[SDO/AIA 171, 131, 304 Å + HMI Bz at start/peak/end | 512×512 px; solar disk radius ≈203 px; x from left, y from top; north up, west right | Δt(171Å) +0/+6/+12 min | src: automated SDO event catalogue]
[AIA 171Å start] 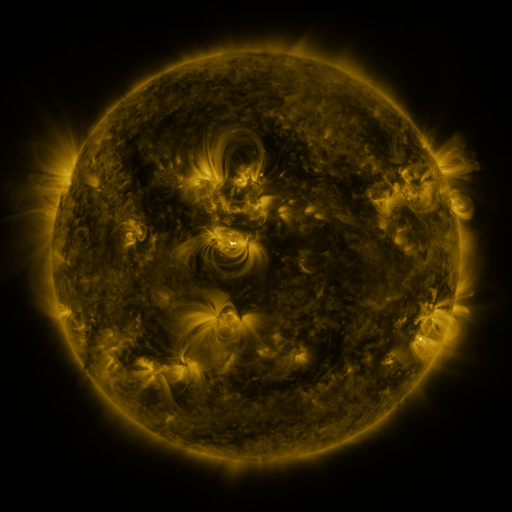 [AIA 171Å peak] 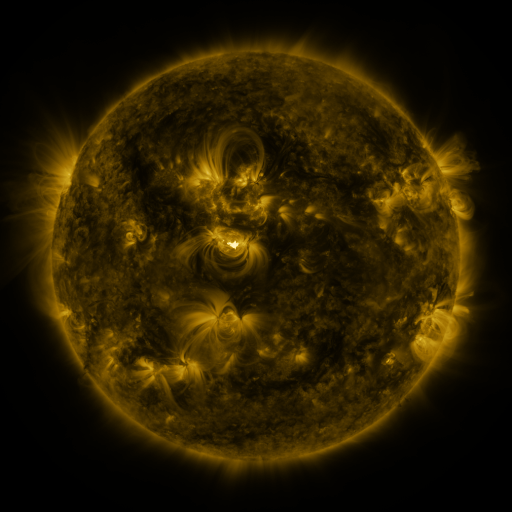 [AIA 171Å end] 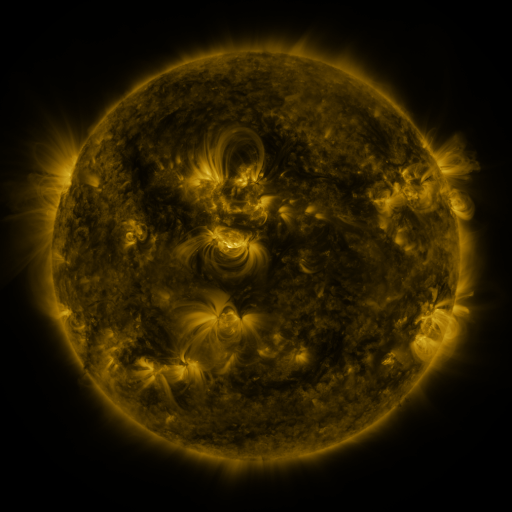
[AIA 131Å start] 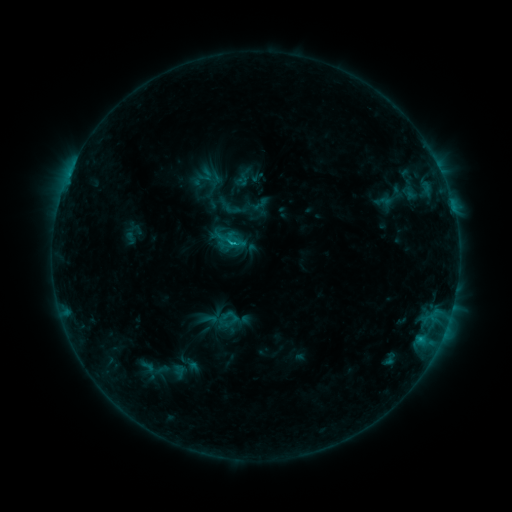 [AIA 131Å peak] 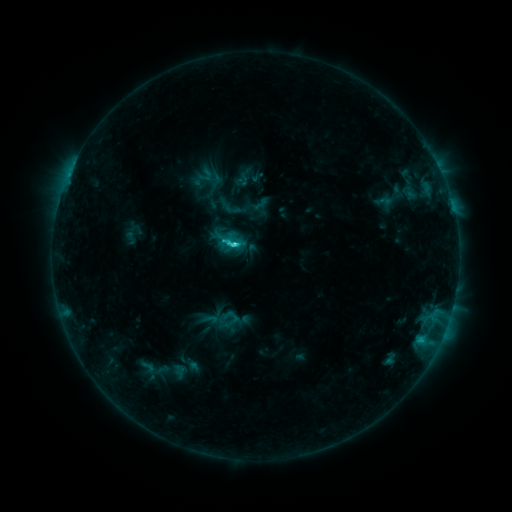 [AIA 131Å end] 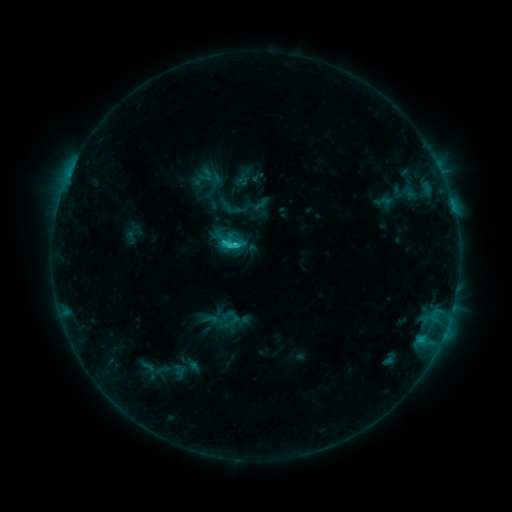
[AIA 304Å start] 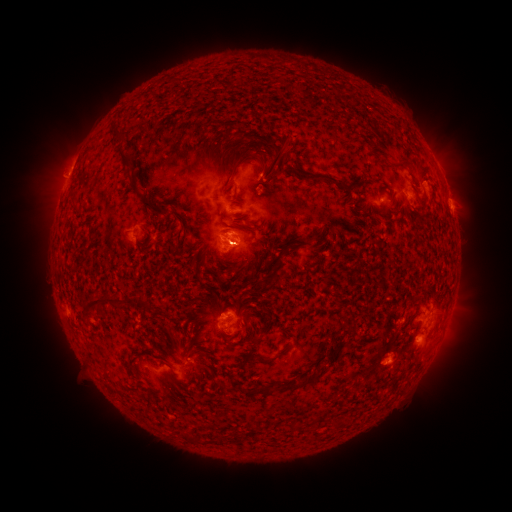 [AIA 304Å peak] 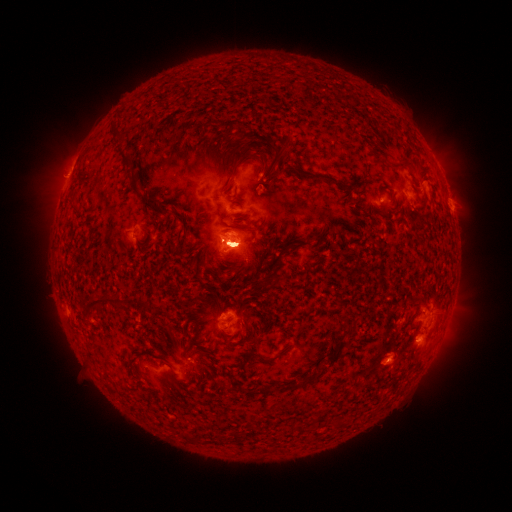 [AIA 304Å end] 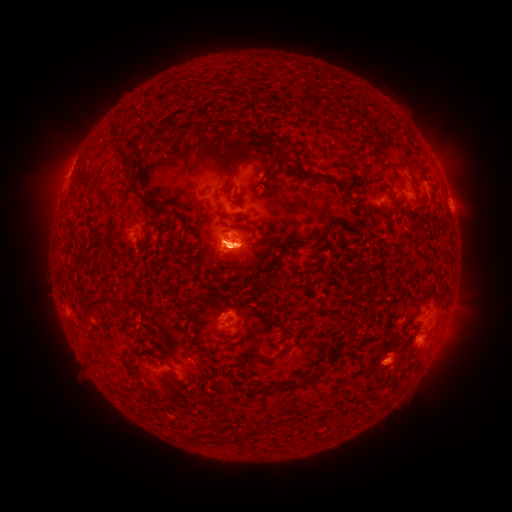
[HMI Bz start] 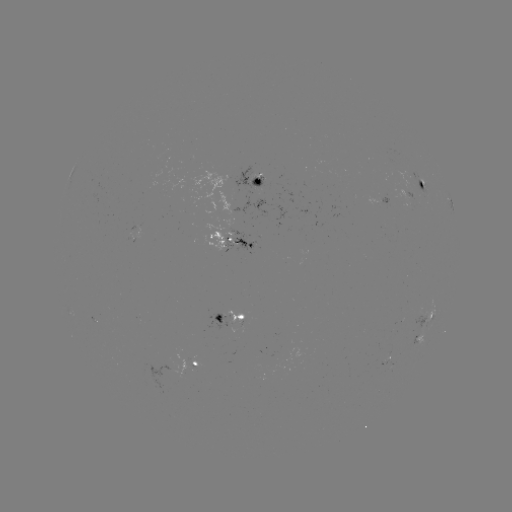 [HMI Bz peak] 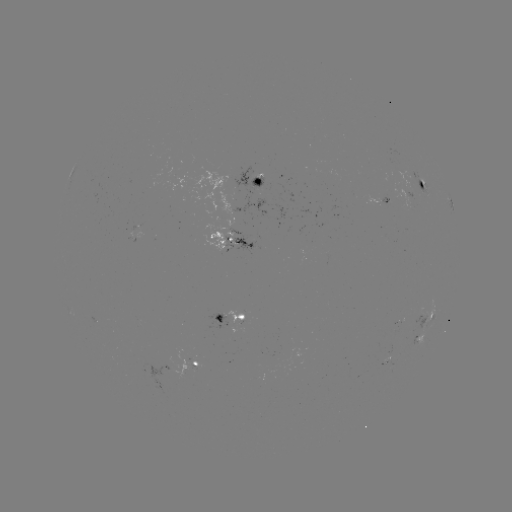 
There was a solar flare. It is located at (234, 248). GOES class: C2.3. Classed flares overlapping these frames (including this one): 1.